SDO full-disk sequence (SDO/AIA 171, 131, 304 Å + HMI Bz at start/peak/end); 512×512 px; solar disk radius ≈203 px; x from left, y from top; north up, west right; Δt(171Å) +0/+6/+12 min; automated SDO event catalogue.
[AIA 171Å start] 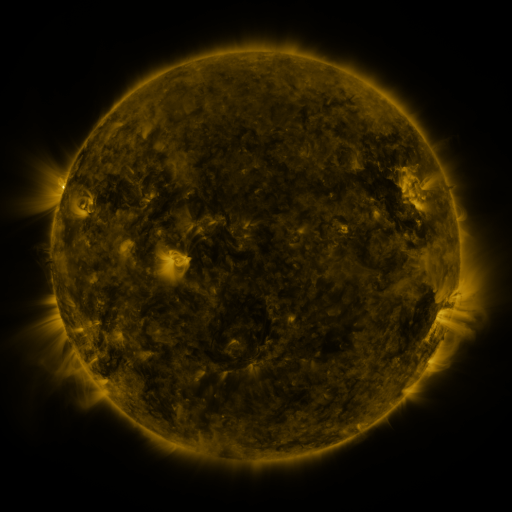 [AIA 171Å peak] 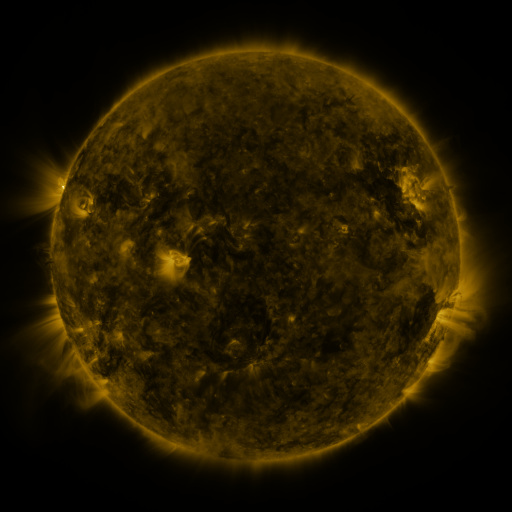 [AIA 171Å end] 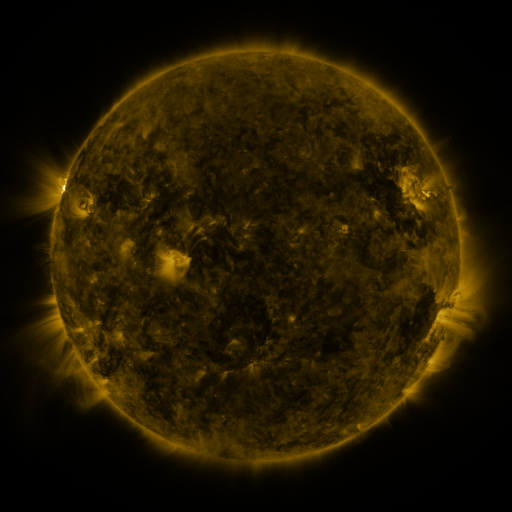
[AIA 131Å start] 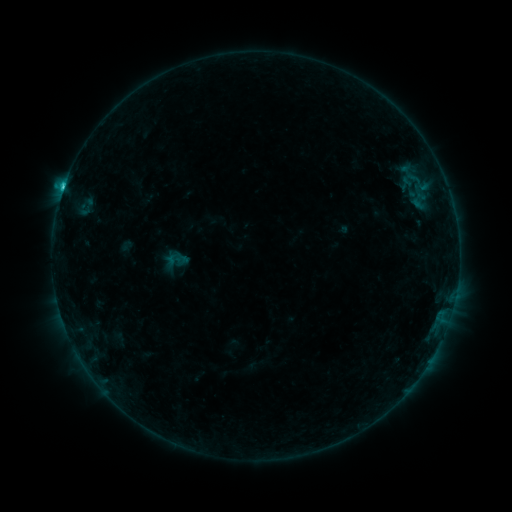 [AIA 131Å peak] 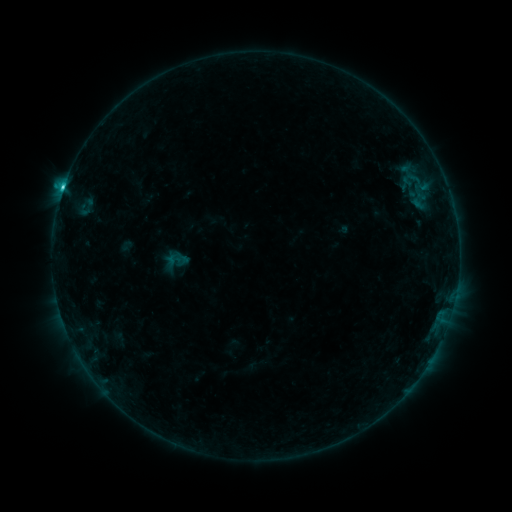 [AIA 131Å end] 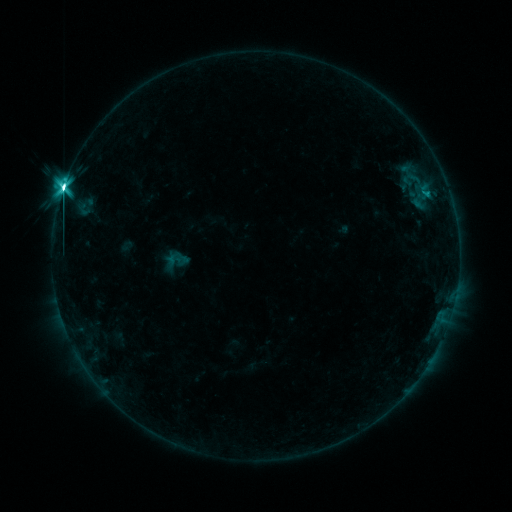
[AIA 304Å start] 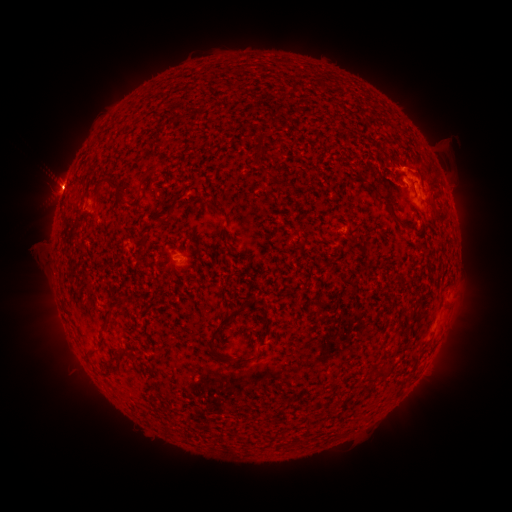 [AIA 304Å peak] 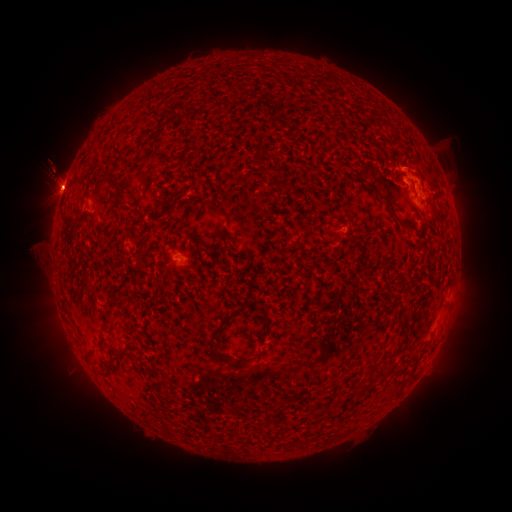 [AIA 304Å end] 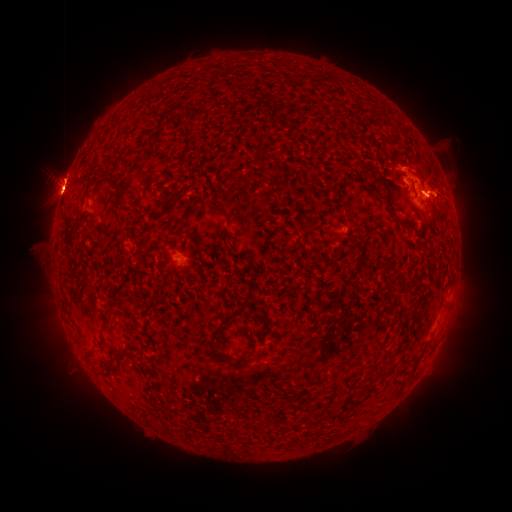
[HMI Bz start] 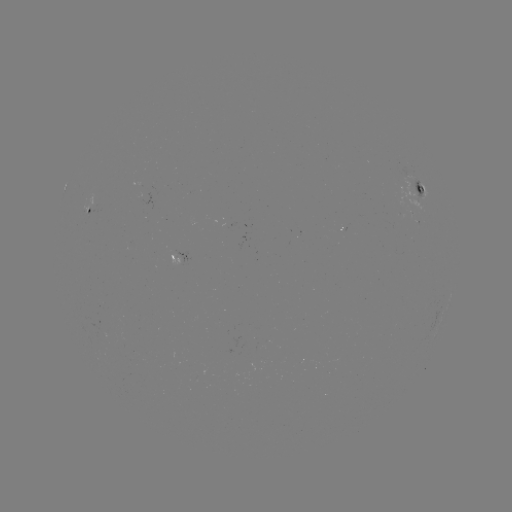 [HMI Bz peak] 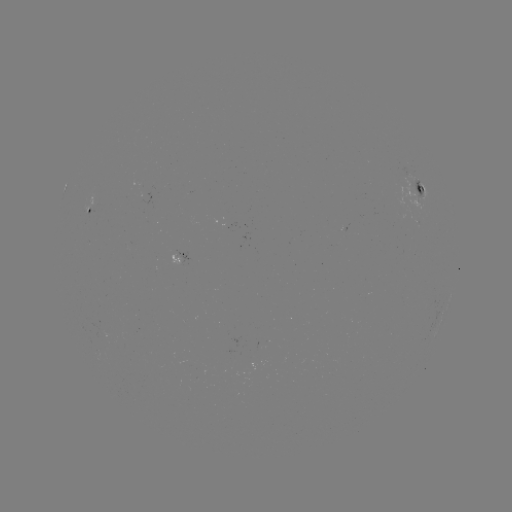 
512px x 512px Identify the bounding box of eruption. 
[416, 162, 466, 223].